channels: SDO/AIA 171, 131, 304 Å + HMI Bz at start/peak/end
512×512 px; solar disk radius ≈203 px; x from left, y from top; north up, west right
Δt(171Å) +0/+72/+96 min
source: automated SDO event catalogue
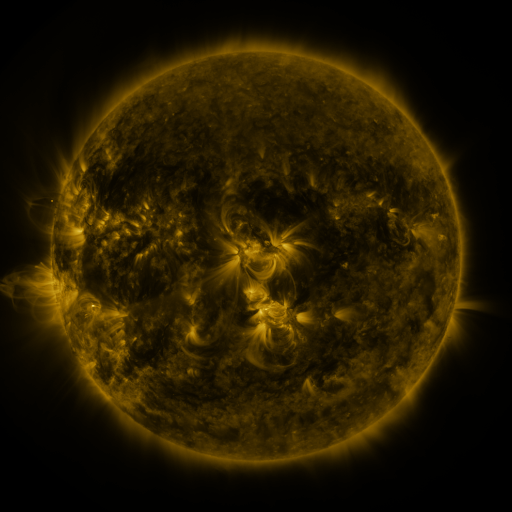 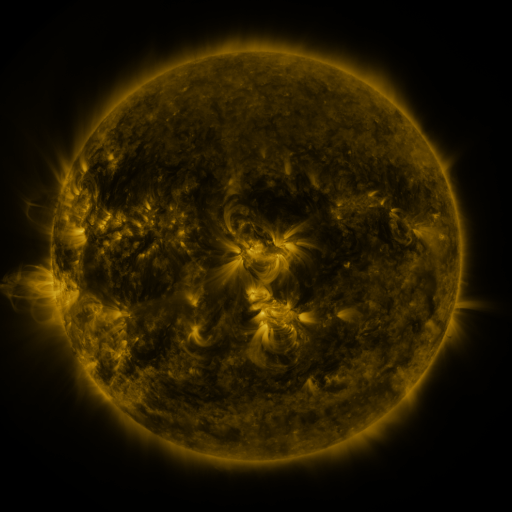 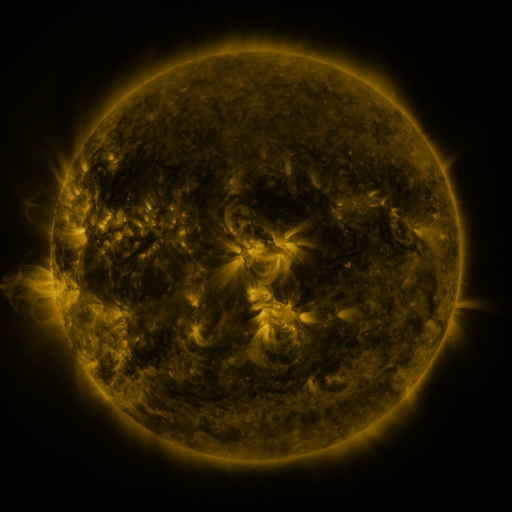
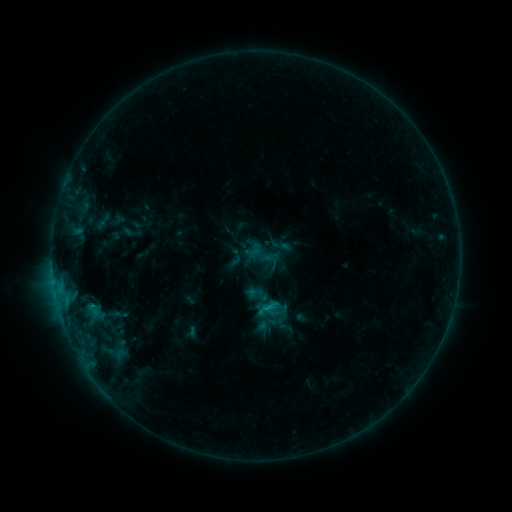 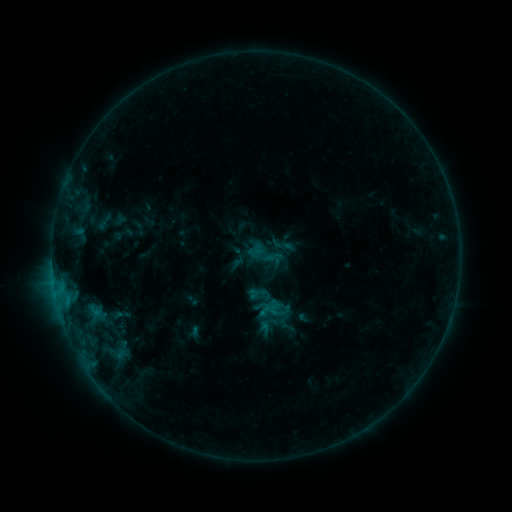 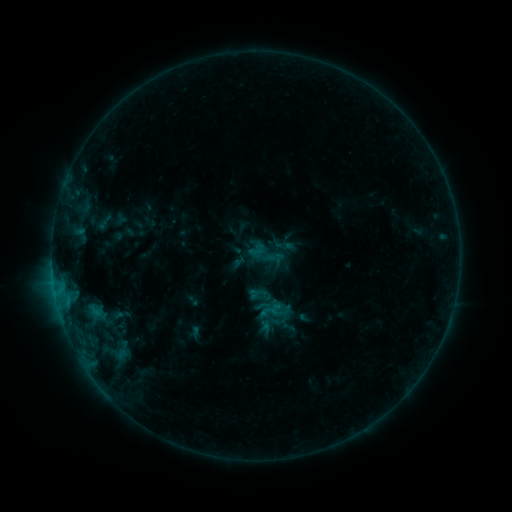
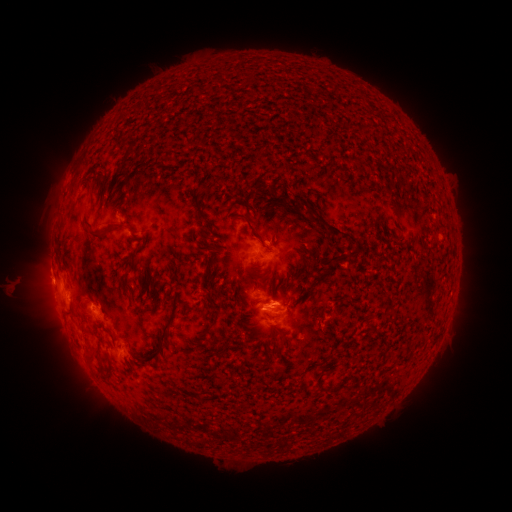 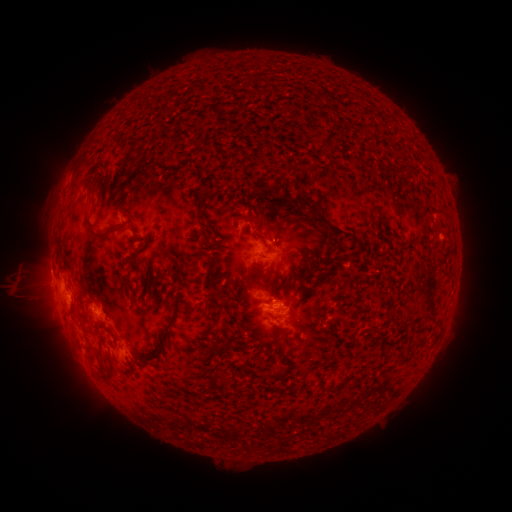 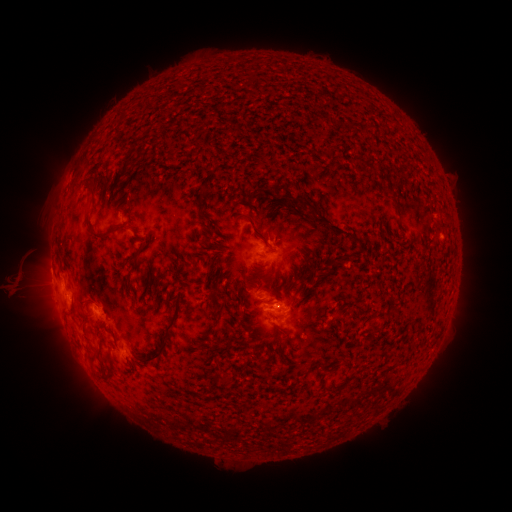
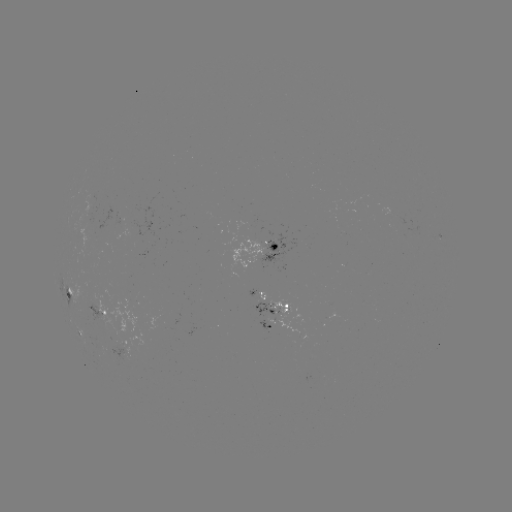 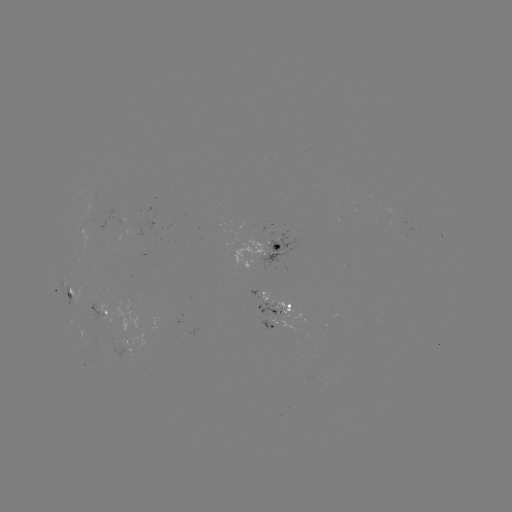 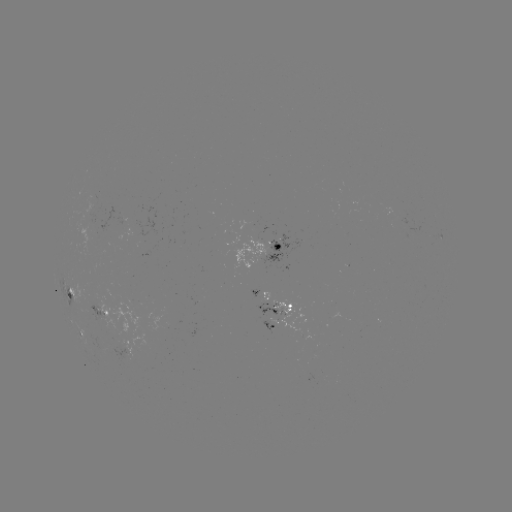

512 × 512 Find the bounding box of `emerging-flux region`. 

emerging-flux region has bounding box [99, 341, 111, 351].